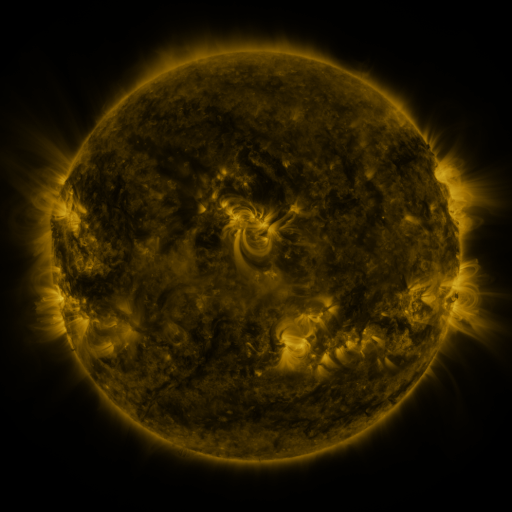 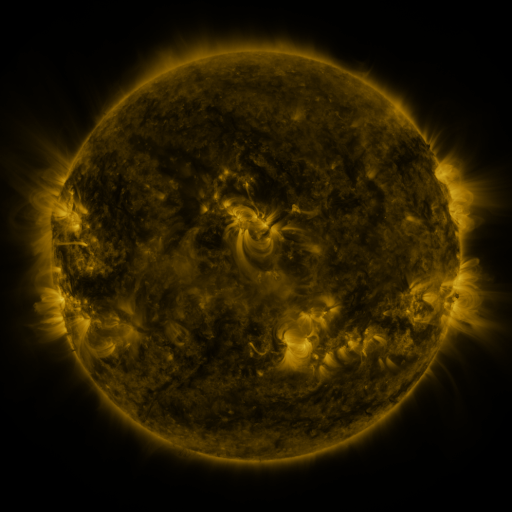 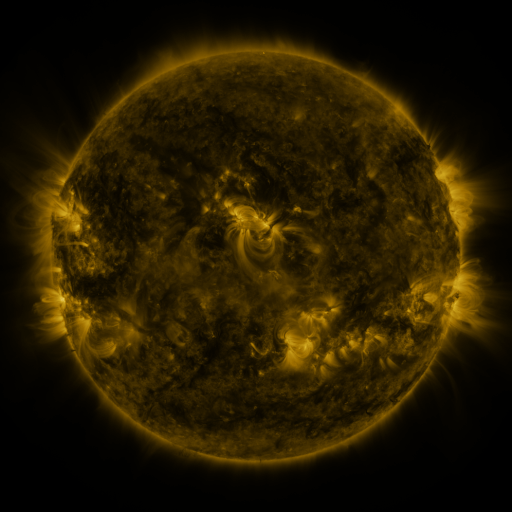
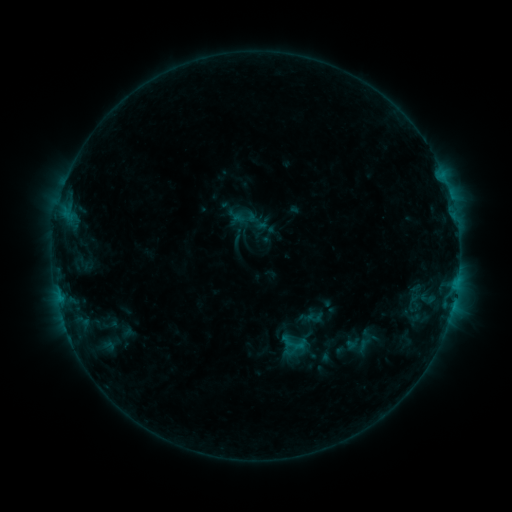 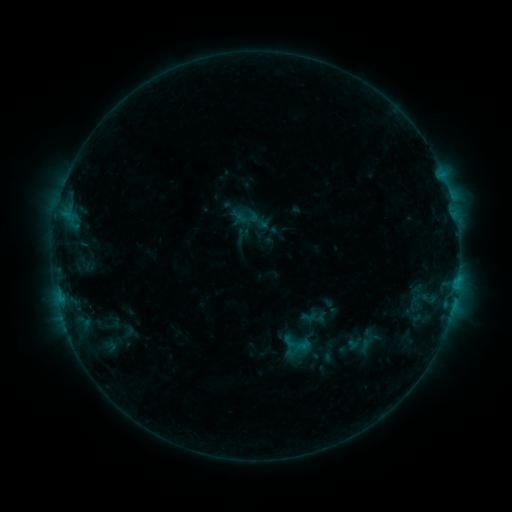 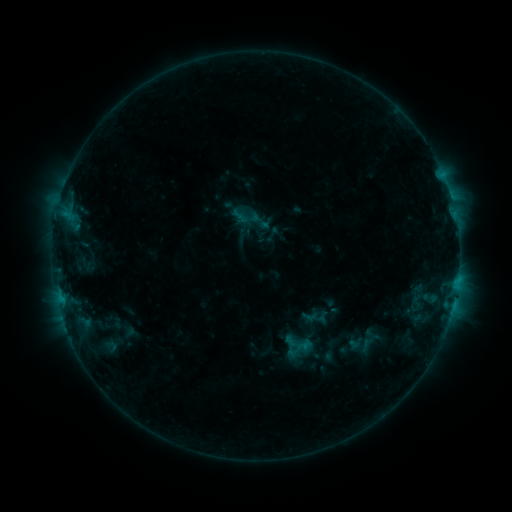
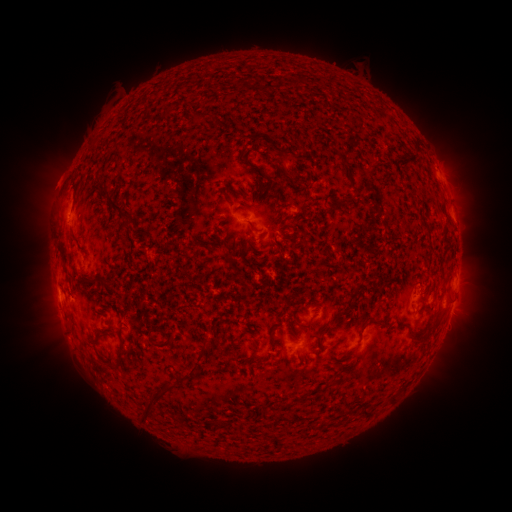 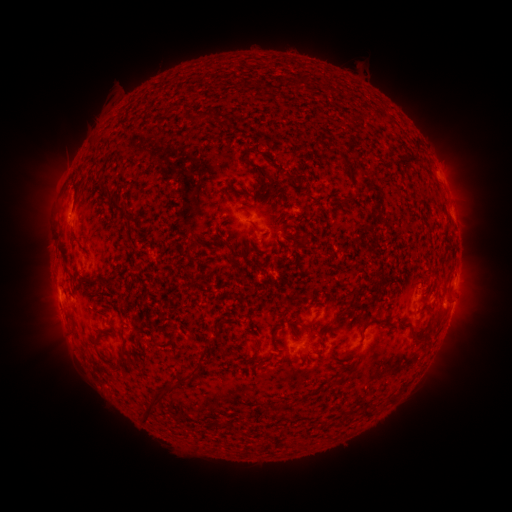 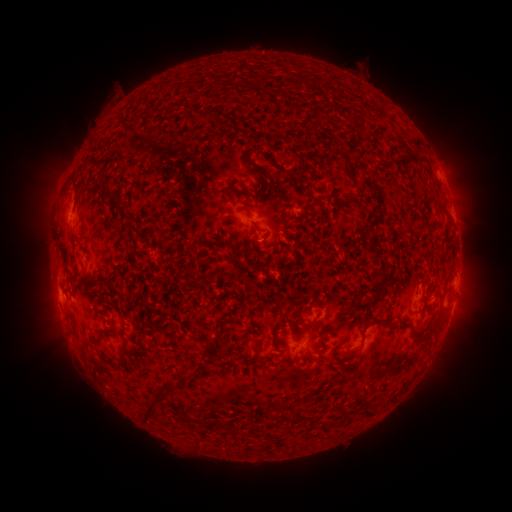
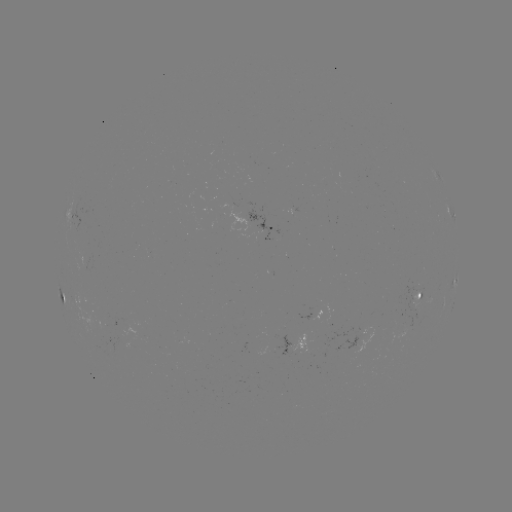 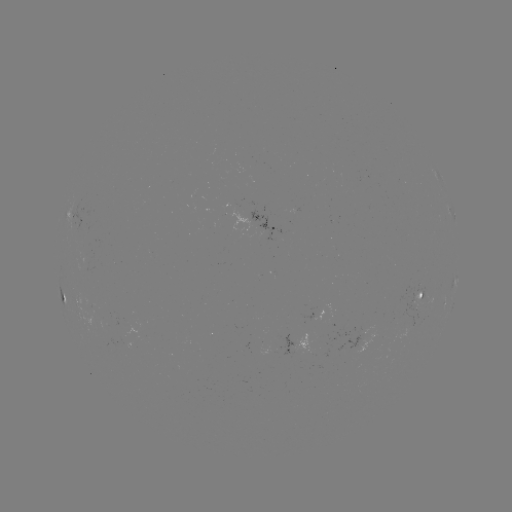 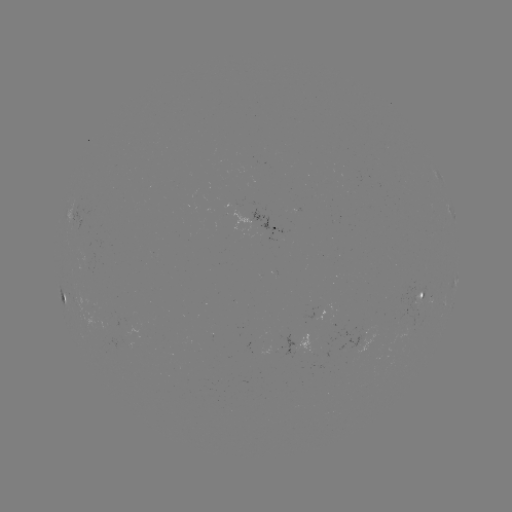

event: emerging-flux region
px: (88, 304)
